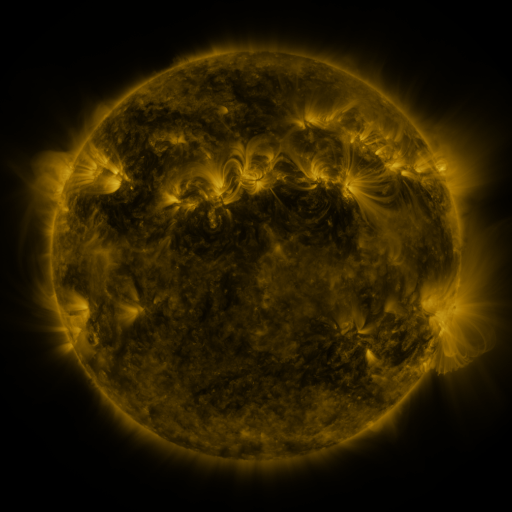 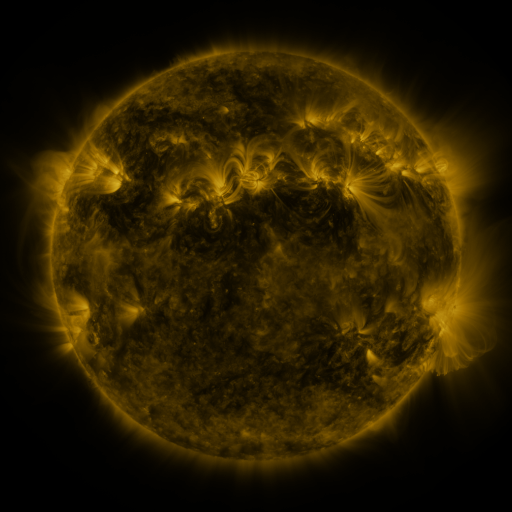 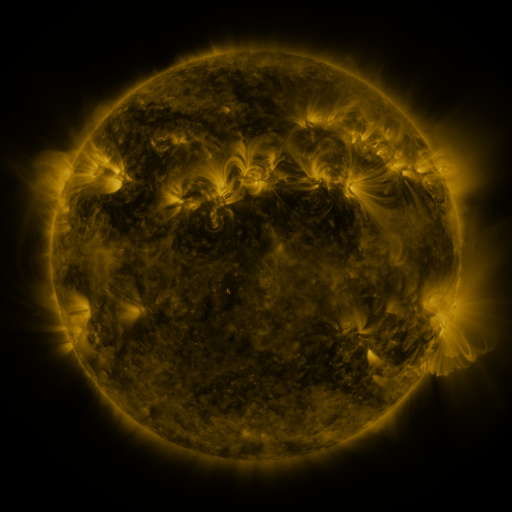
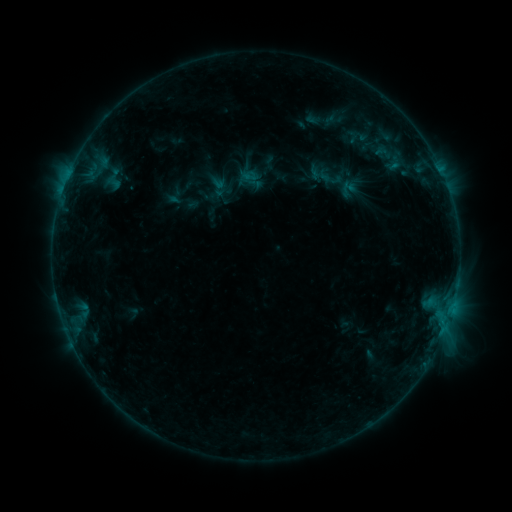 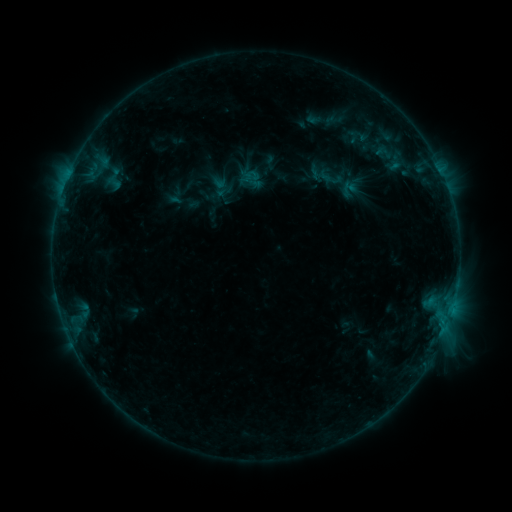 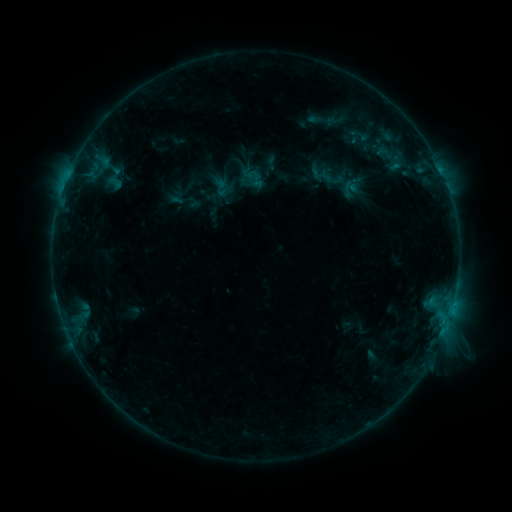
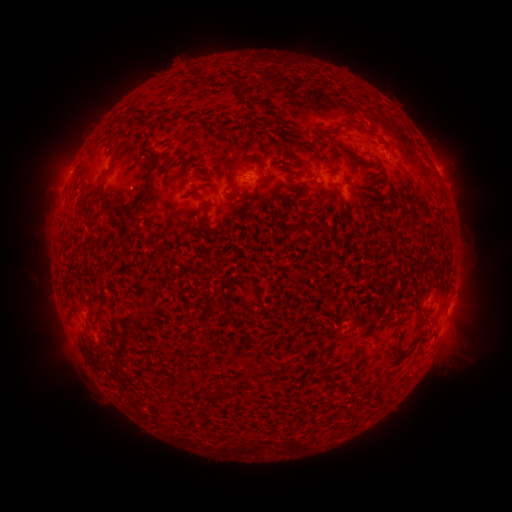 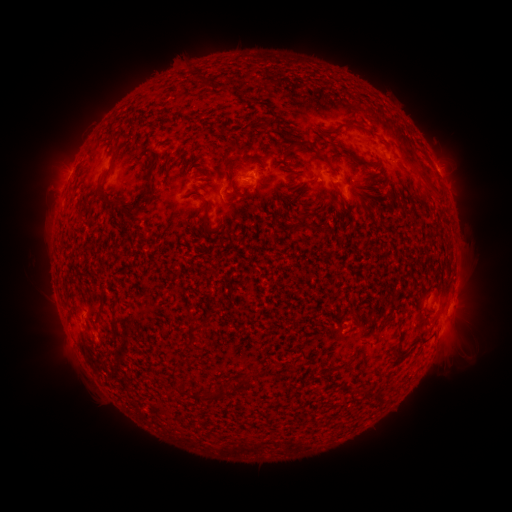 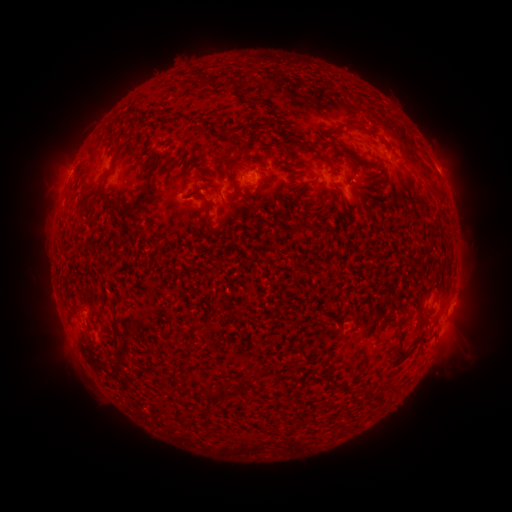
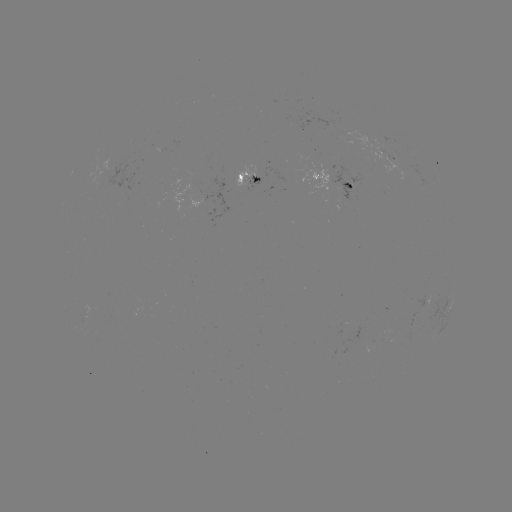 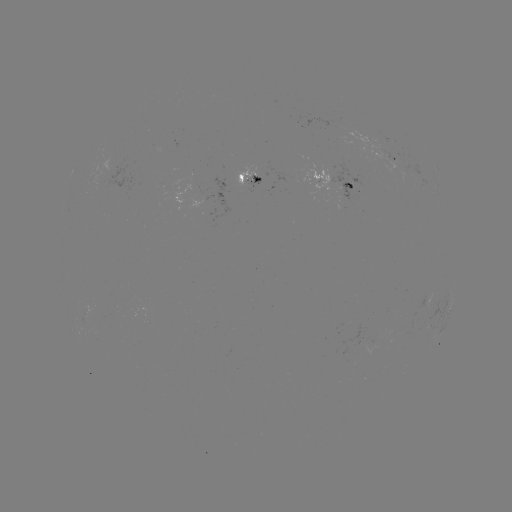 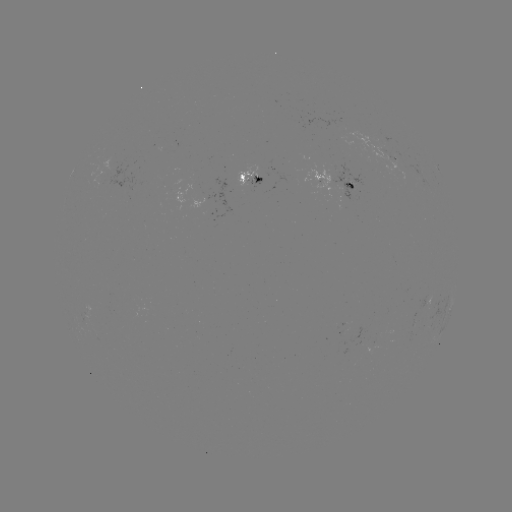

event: emerging-flux region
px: (354, 182)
